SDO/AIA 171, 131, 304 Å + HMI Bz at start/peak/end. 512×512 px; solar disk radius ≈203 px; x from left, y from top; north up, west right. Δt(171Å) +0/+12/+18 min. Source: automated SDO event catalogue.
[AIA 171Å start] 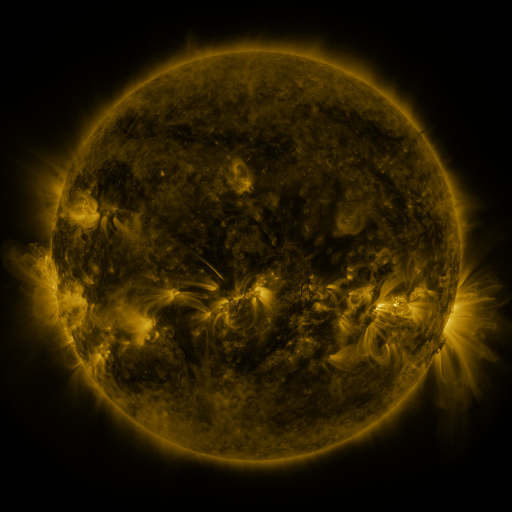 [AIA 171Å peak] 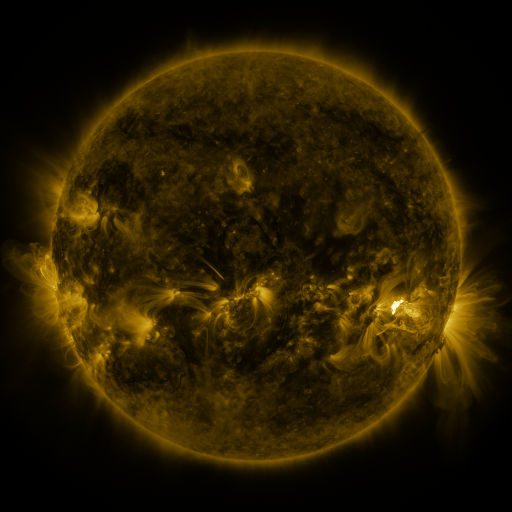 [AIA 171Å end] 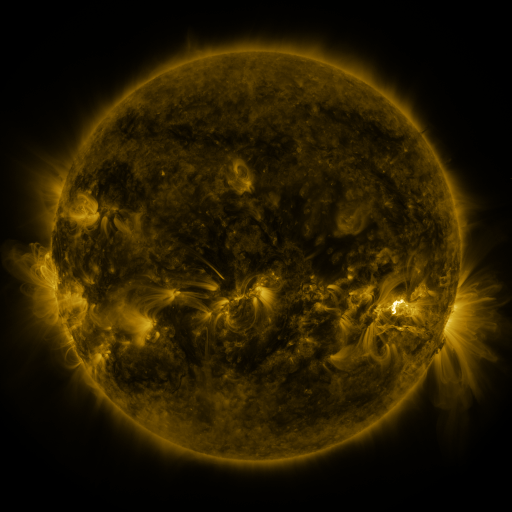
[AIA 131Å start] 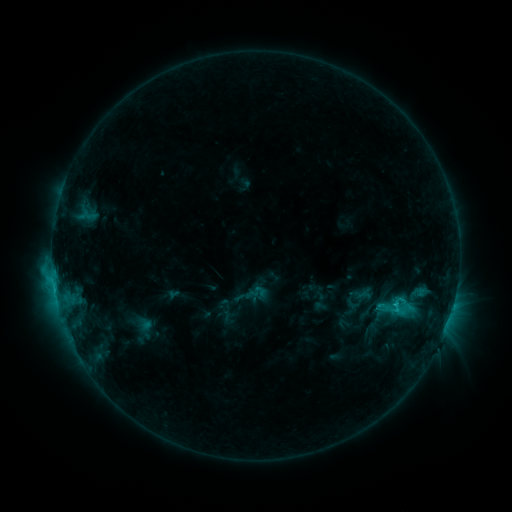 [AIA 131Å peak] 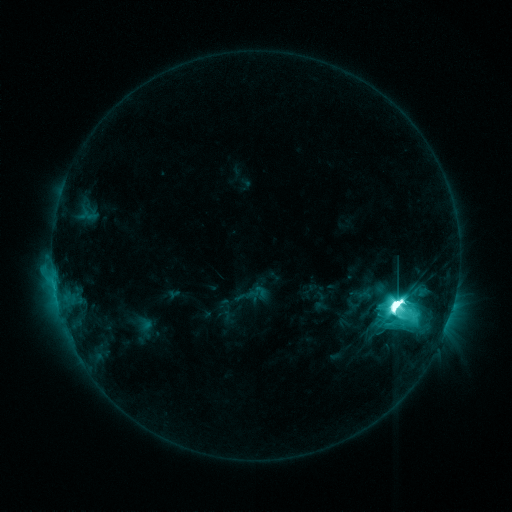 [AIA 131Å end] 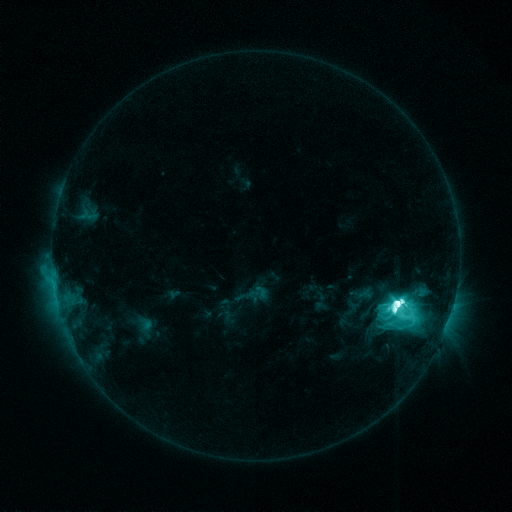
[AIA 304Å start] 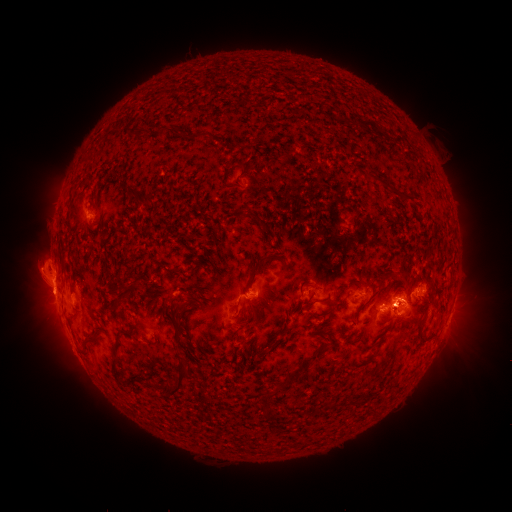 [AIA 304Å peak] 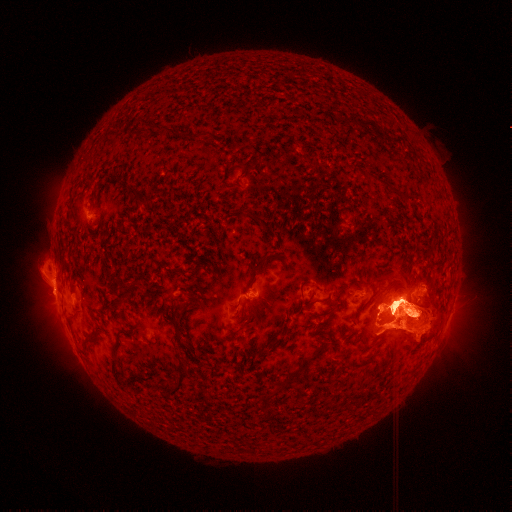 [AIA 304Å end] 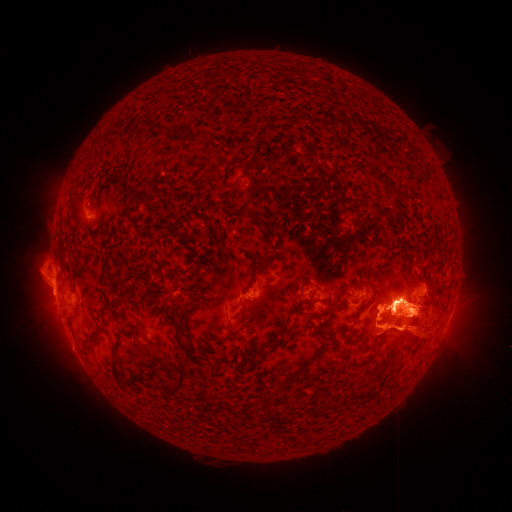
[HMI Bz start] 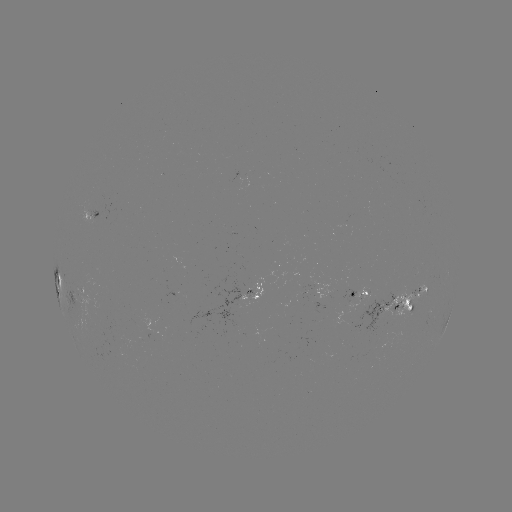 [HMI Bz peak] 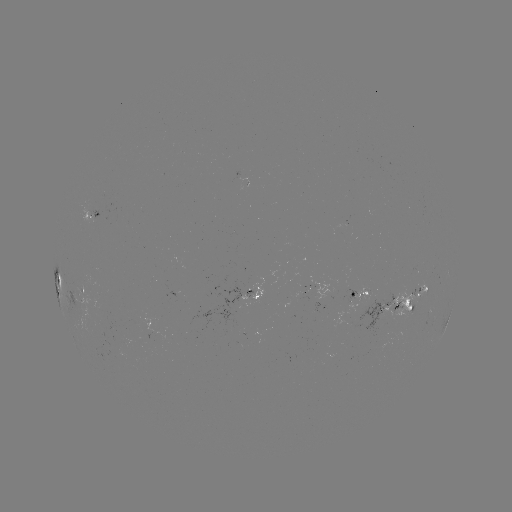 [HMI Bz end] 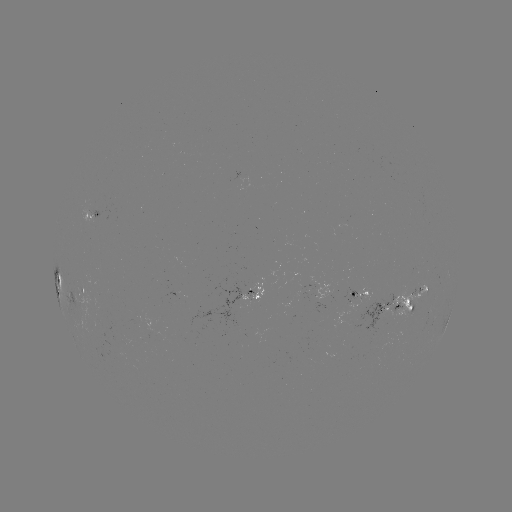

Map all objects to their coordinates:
M9.9 flare: (394, 304)
